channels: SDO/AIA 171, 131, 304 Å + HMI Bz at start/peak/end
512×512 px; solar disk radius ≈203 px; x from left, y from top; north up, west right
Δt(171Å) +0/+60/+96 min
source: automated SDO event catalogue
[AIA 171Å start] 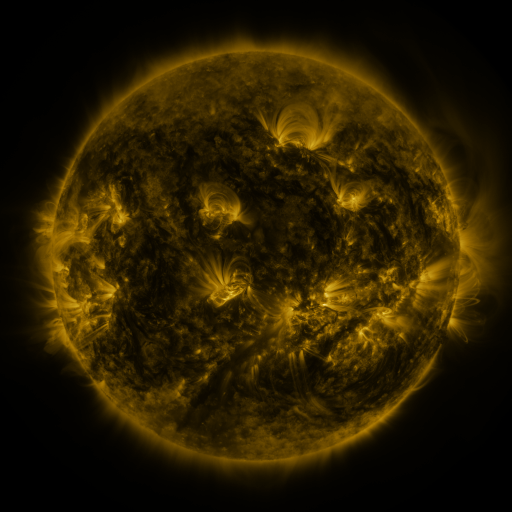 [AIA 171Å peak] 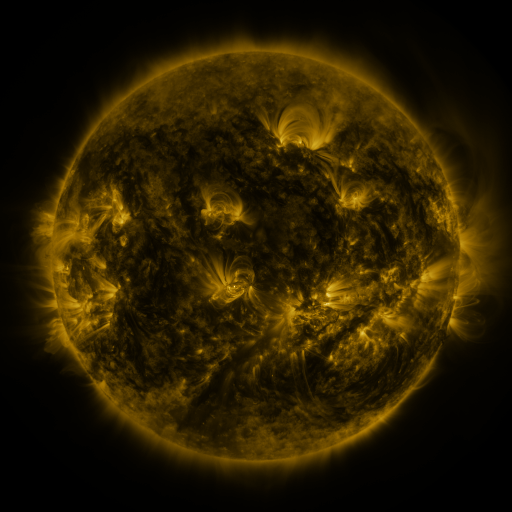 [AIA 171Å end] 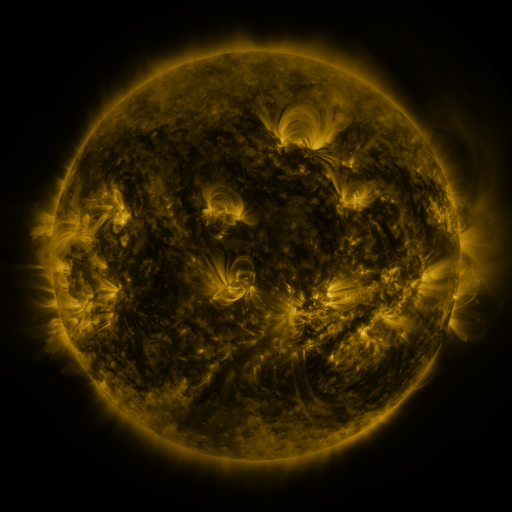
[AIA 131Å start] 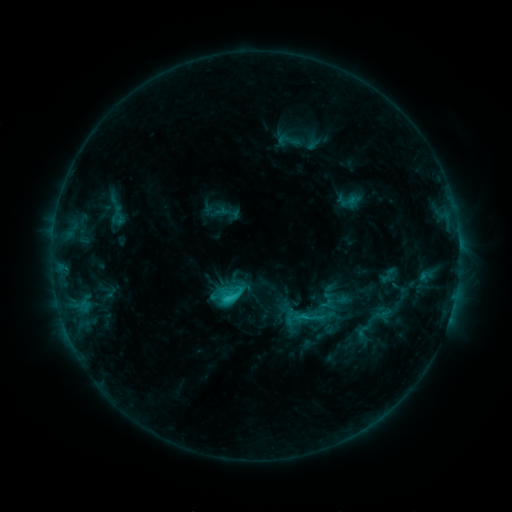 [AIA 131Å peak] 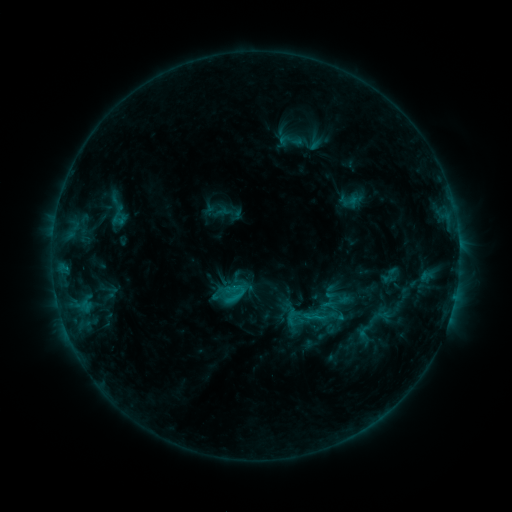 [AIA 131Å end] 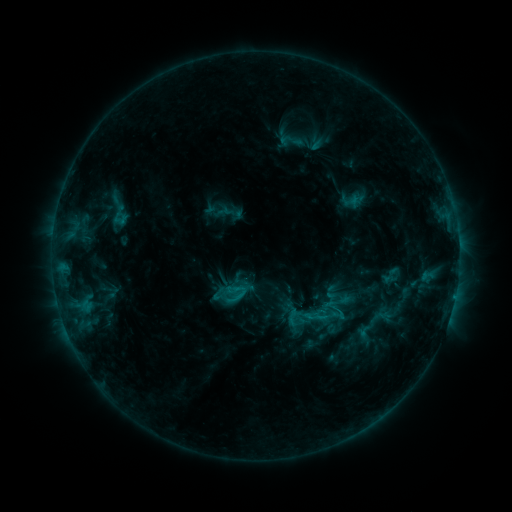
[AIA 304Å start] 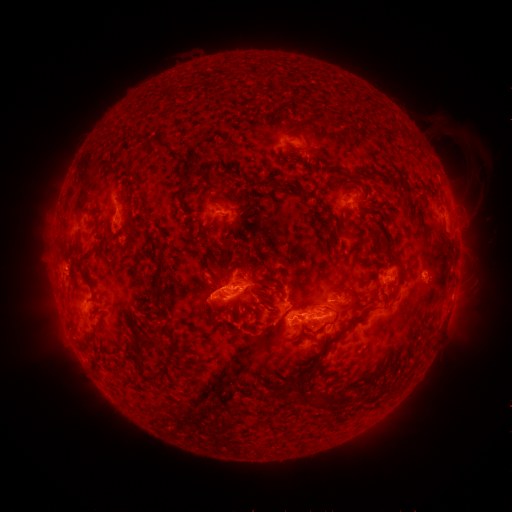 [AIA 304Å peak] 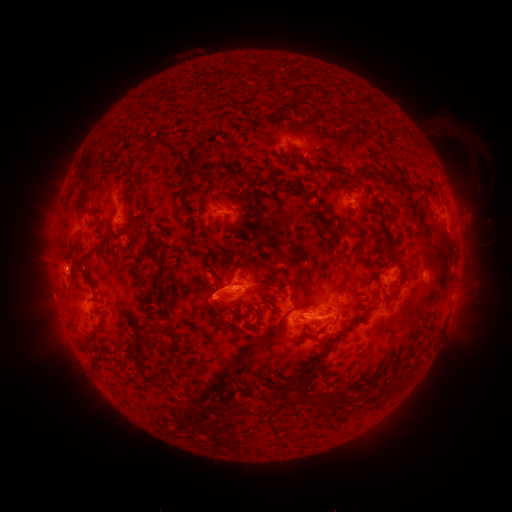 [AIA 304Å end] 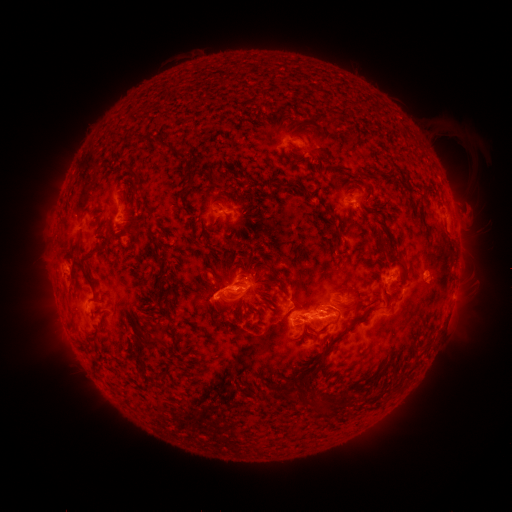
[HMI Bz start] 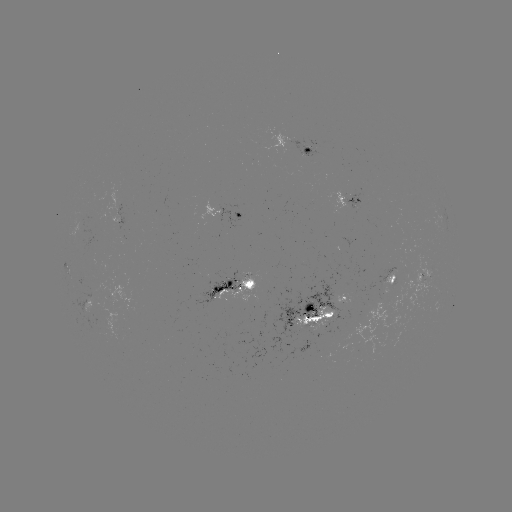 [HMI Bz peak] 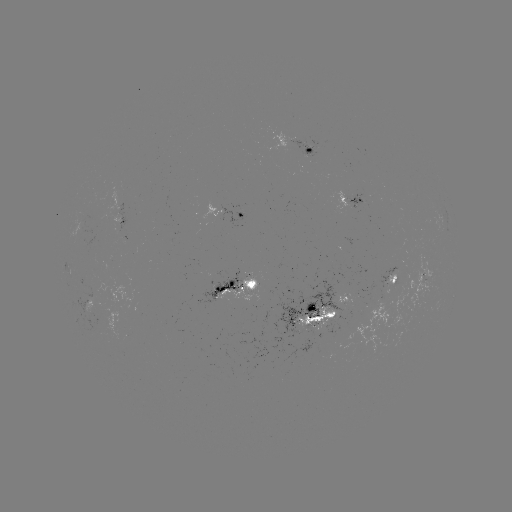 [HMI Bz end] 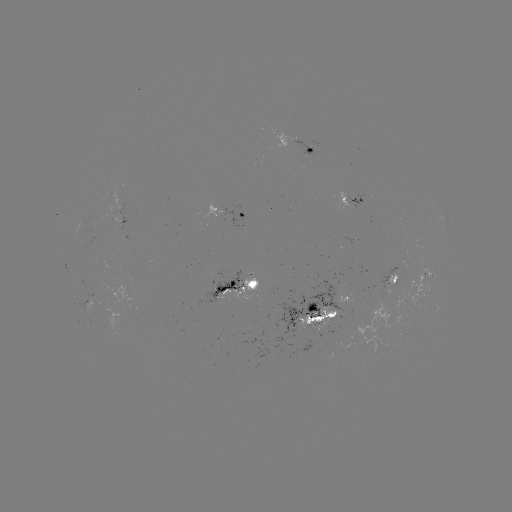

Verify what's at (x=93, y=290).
emerging-flux region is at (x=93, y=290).